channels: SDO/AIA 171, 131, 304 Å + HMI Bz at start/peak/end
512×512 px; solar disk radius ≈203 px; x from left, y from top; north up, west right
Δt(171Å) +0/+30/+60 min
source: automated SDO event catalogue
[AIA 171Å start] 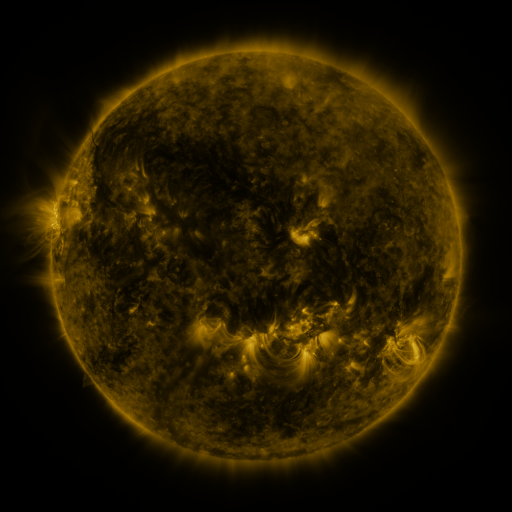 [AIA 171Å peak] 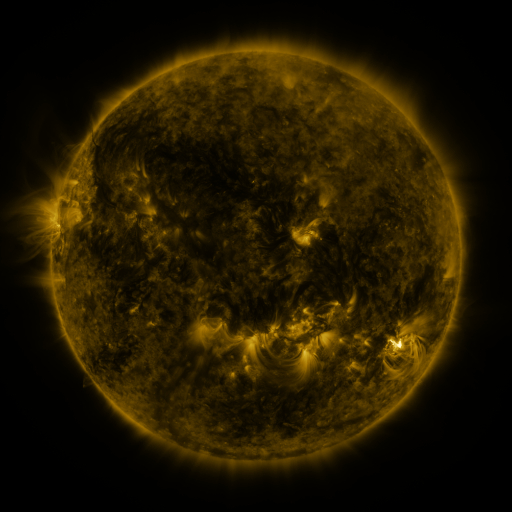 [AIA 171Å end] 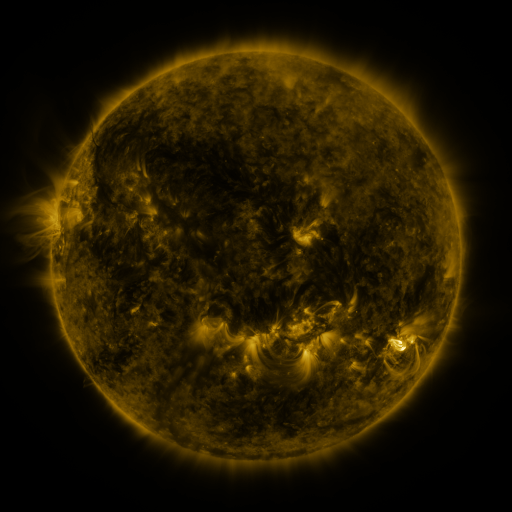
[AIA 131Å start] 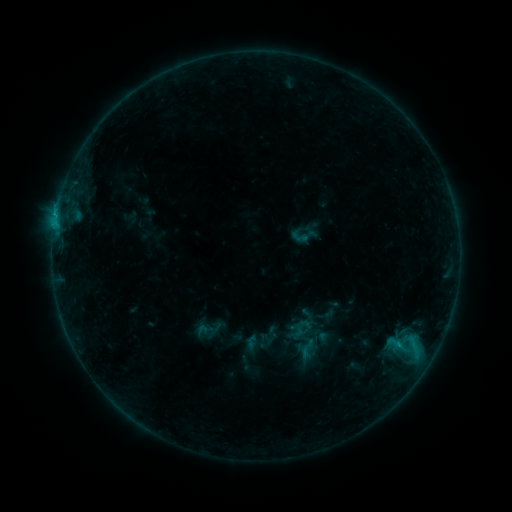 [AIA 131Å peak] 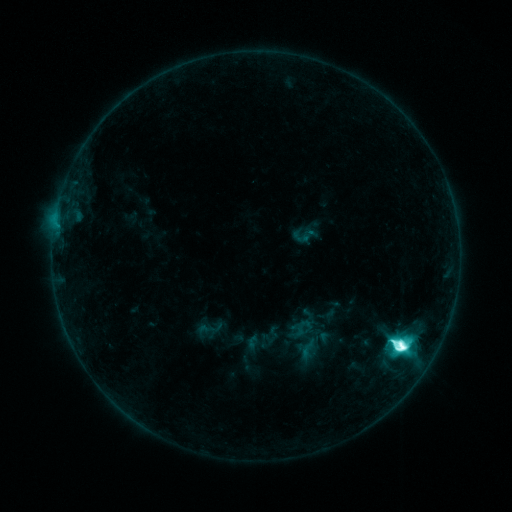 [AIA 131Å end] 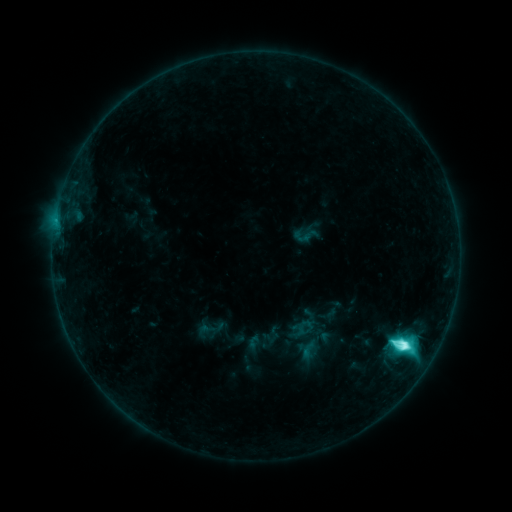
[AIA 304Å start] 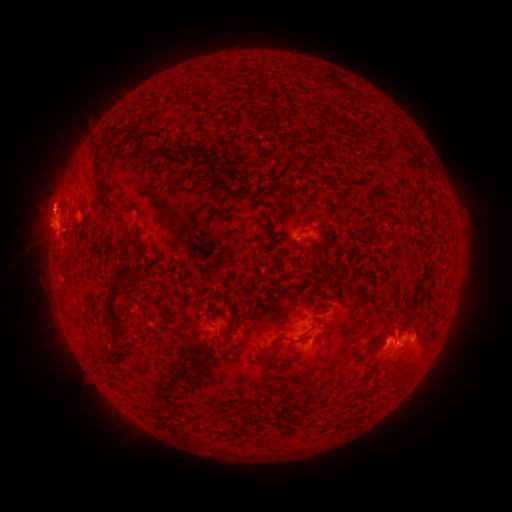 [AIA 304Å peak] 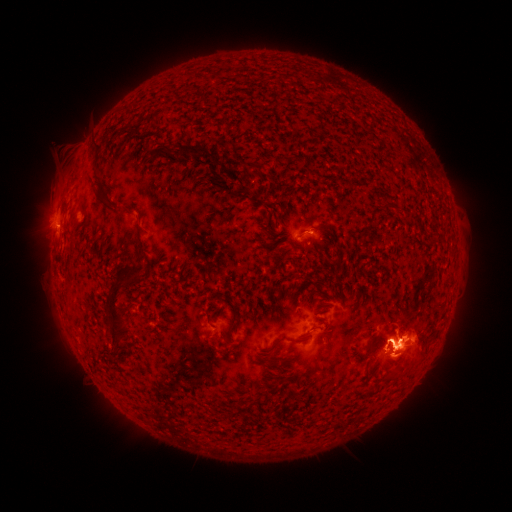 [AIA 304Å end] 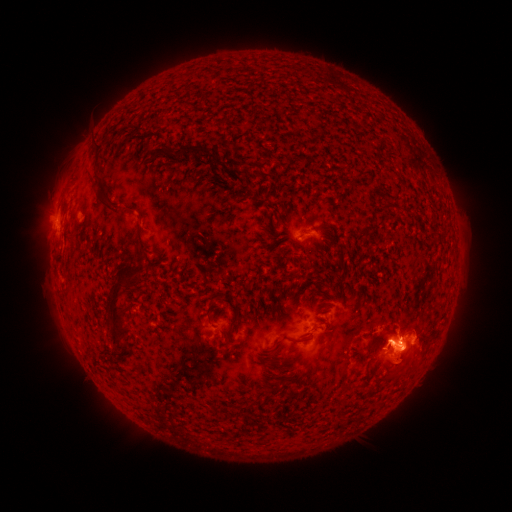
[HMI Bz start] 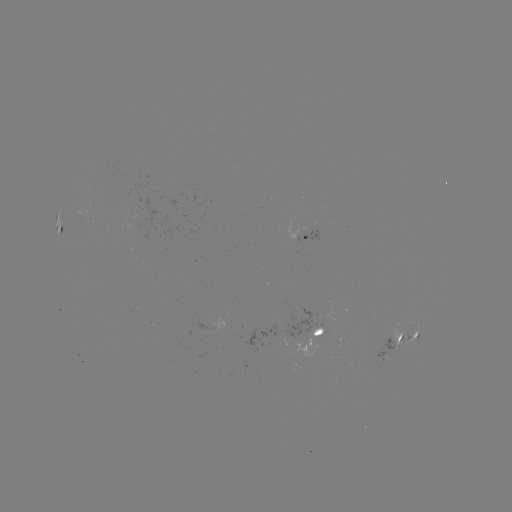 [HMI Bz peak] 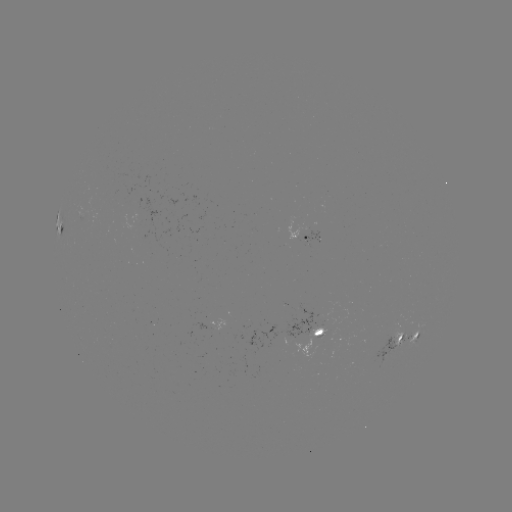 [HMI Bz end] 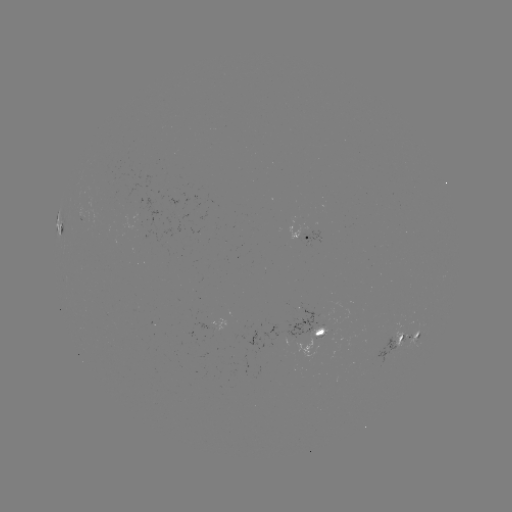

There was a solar flare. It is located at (400, 346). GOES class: M2.1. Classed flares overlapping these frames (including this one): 1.